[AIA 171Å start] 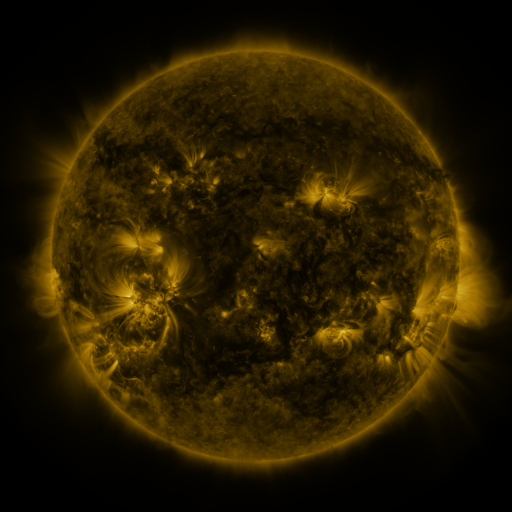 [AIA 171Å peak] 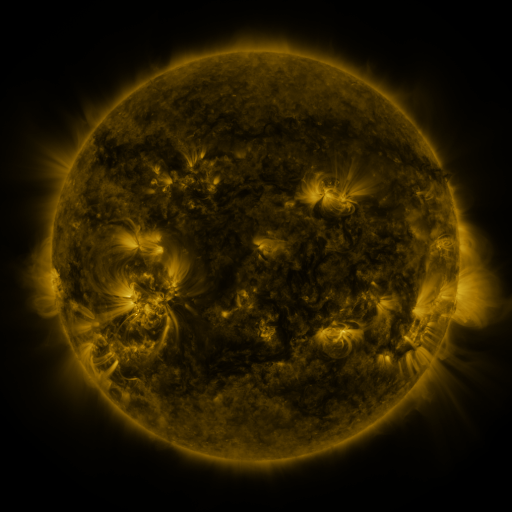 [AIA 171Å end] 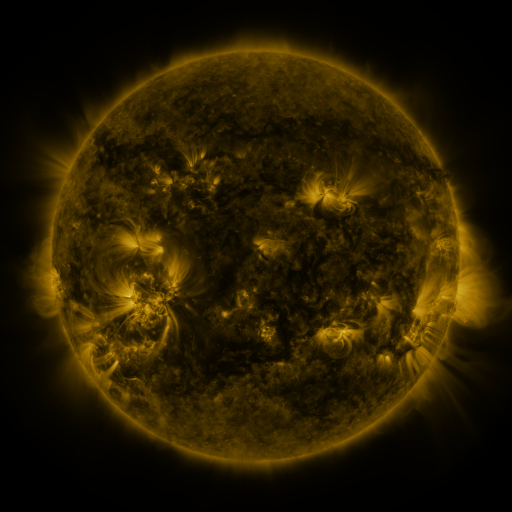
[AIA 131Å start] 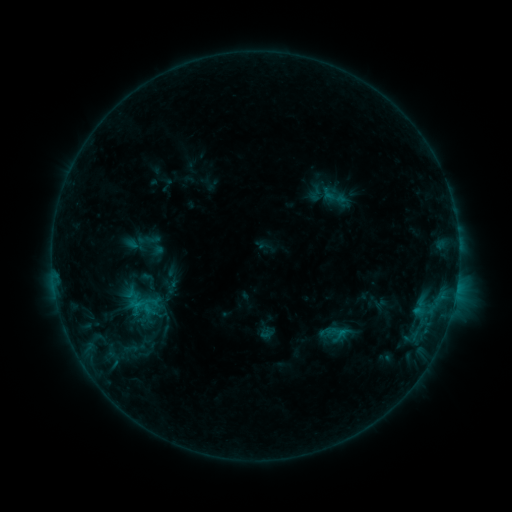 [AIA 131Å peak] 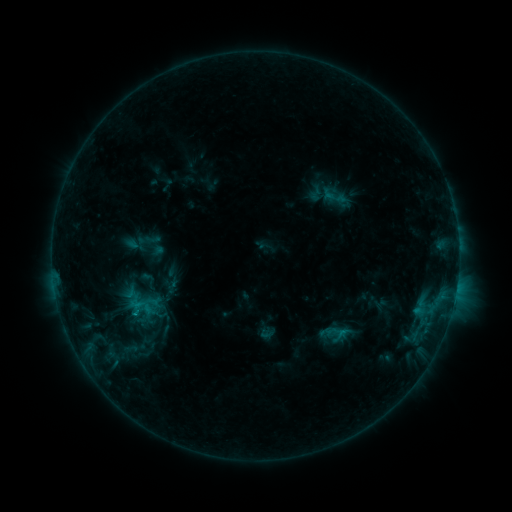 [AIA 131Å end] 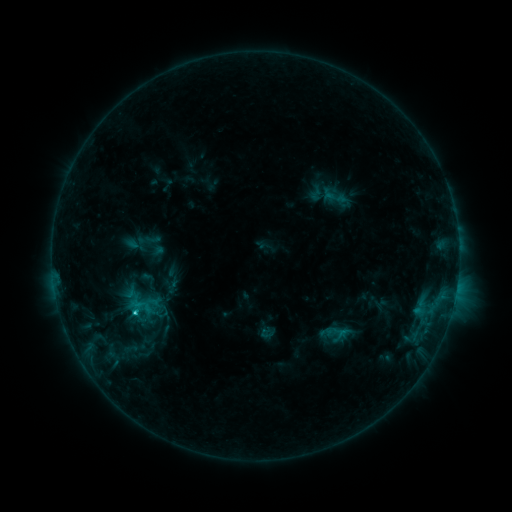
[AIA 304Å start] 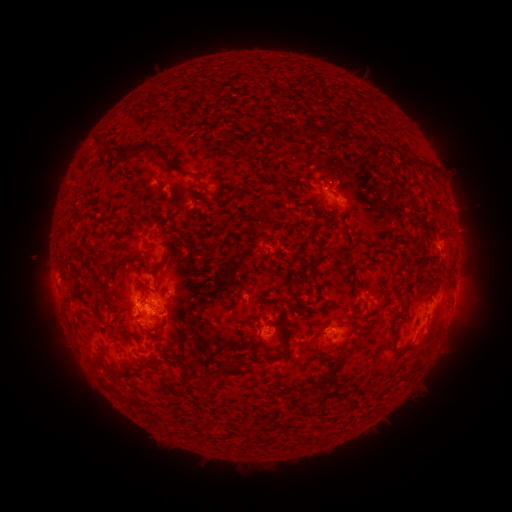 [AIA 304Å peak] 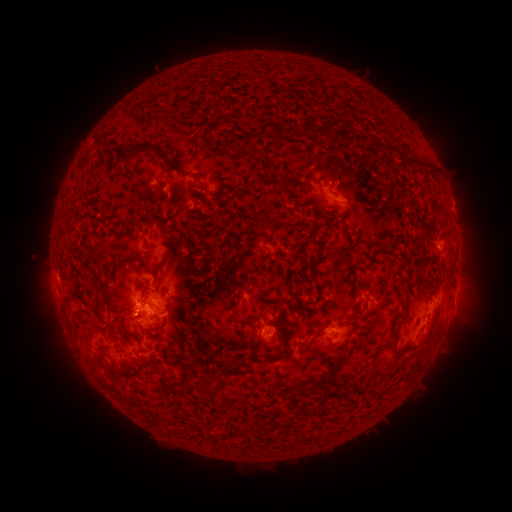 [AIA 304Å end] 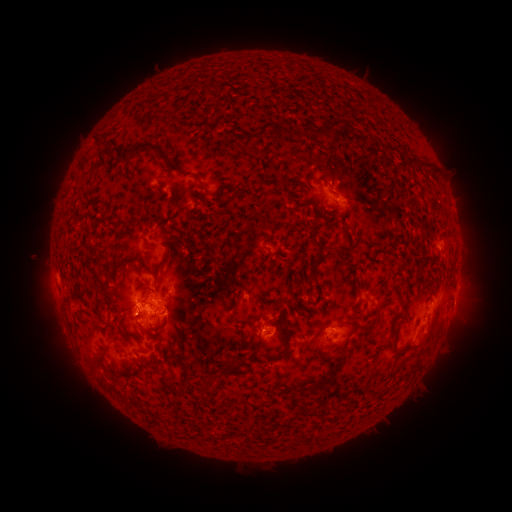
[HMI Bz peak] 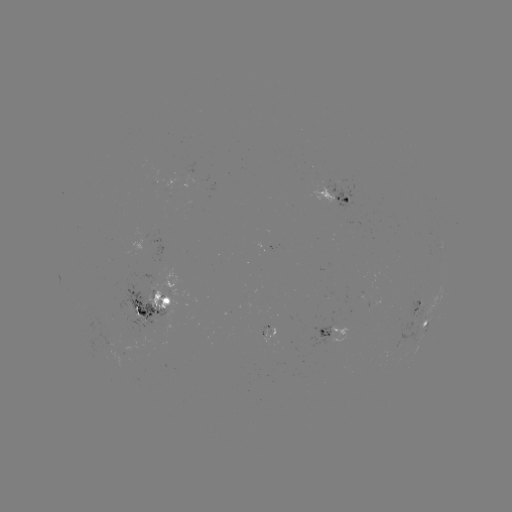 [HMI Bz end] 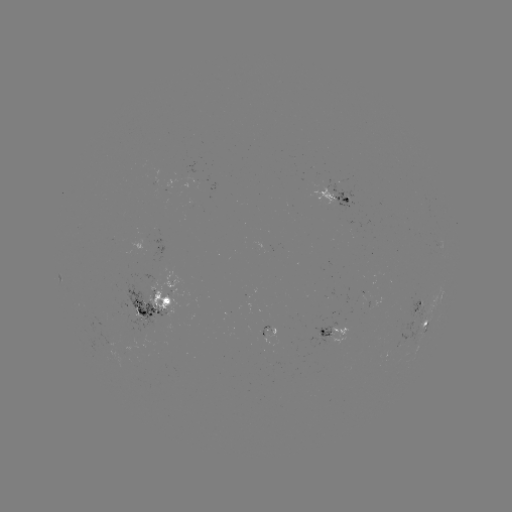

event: flare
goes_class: C1.8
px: (136, 312)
